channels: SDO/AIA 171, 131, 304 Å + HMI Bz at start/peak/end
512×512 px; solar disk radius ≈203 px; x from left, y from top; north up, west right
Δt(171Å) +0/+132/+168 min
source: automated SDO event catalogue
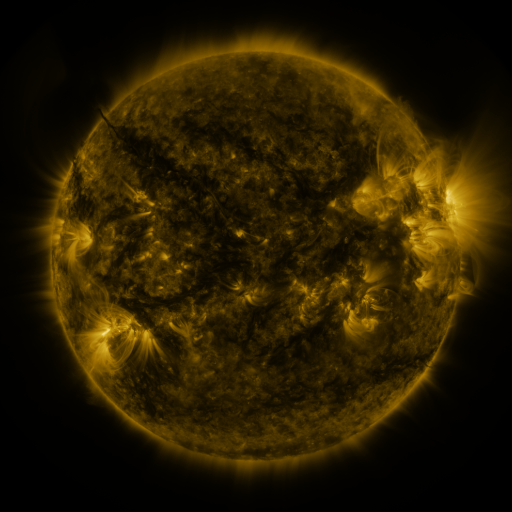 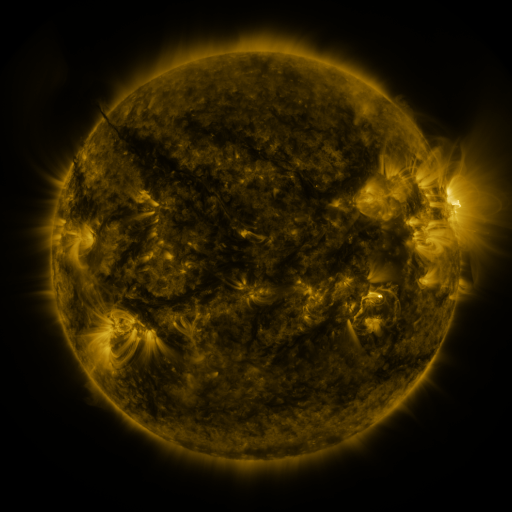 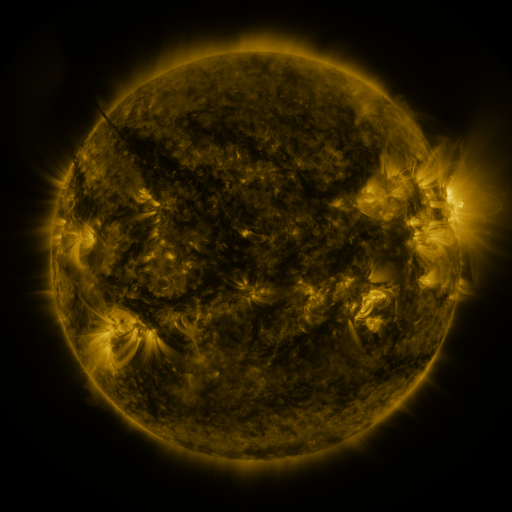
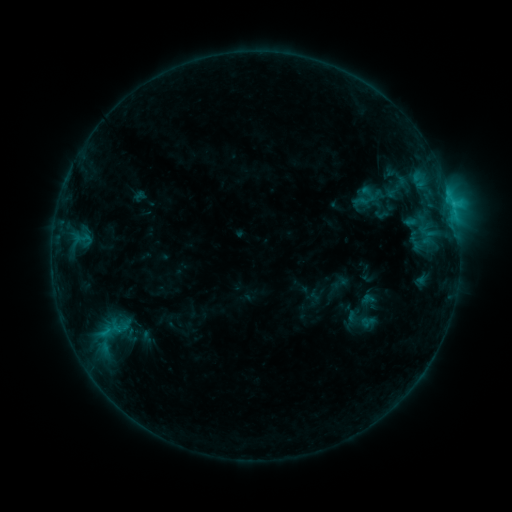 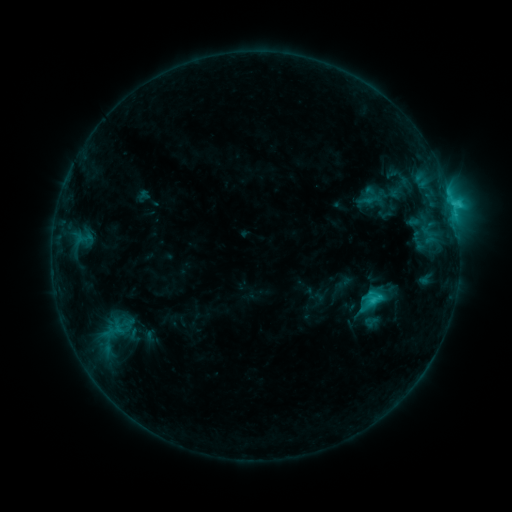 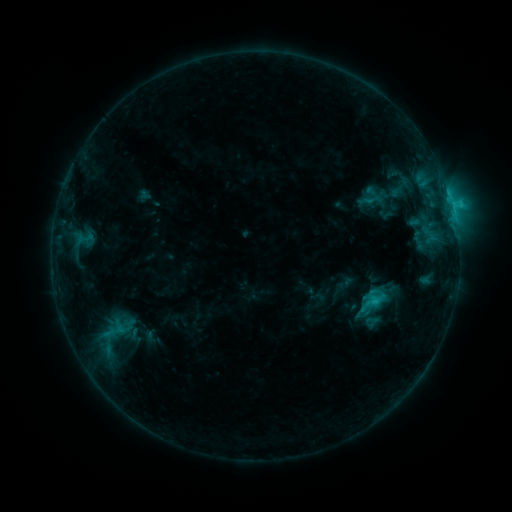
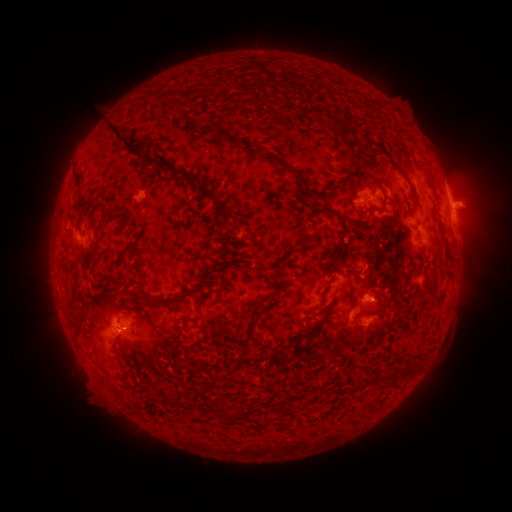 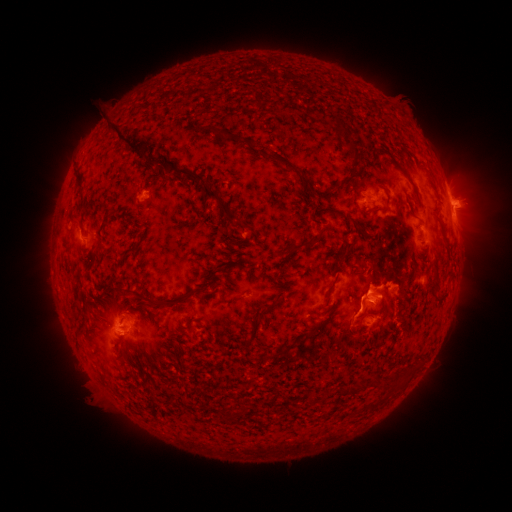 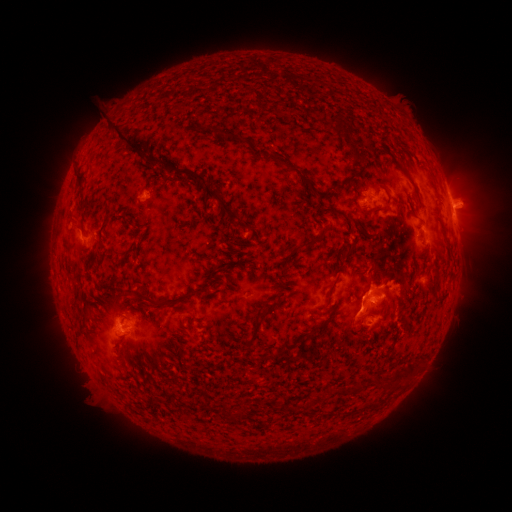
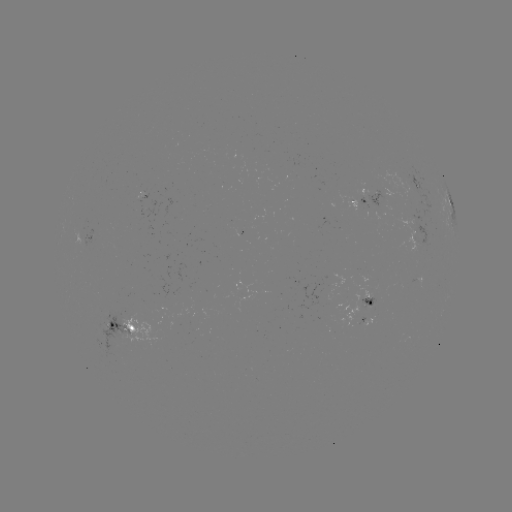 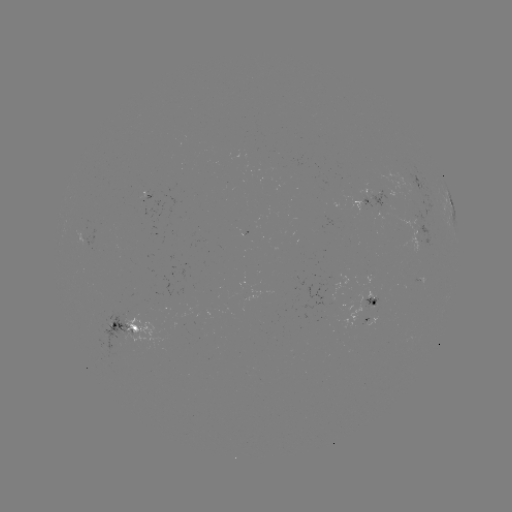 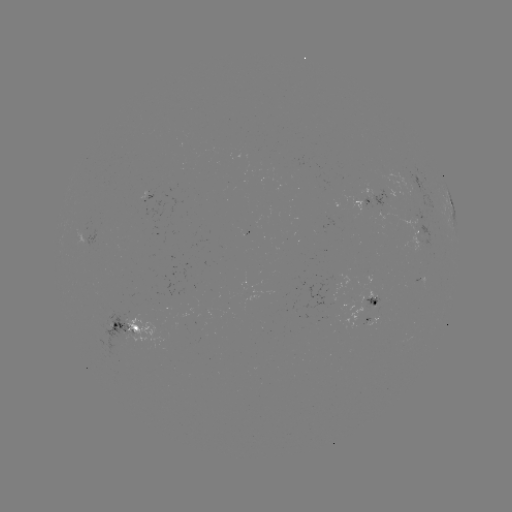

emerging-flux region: [83, 310, 140, 356]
